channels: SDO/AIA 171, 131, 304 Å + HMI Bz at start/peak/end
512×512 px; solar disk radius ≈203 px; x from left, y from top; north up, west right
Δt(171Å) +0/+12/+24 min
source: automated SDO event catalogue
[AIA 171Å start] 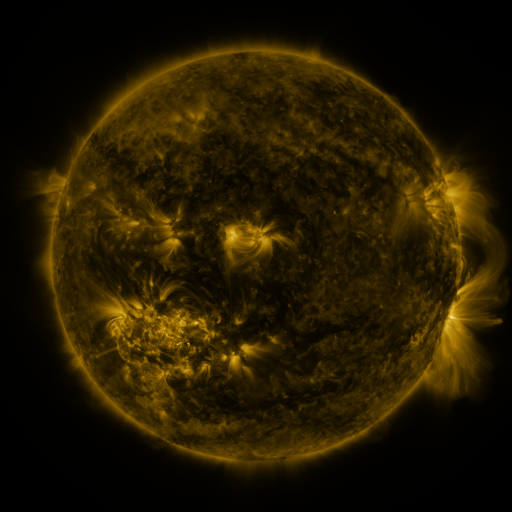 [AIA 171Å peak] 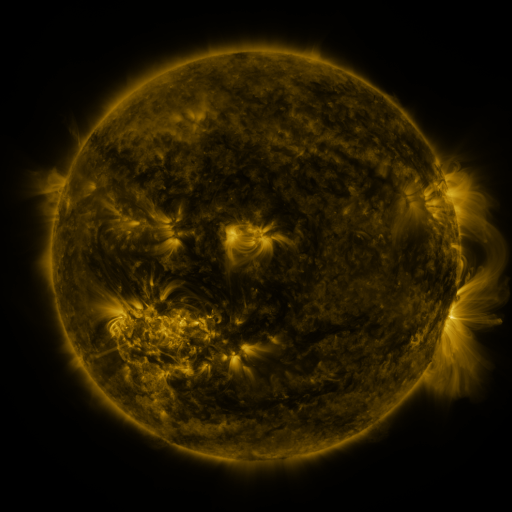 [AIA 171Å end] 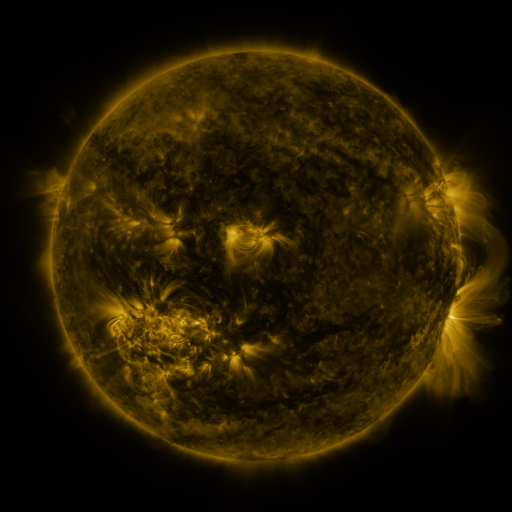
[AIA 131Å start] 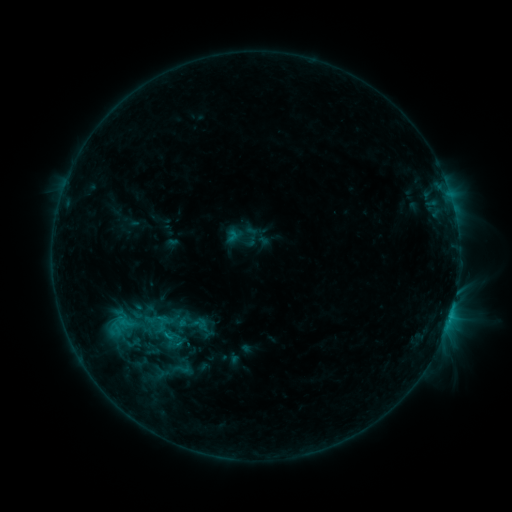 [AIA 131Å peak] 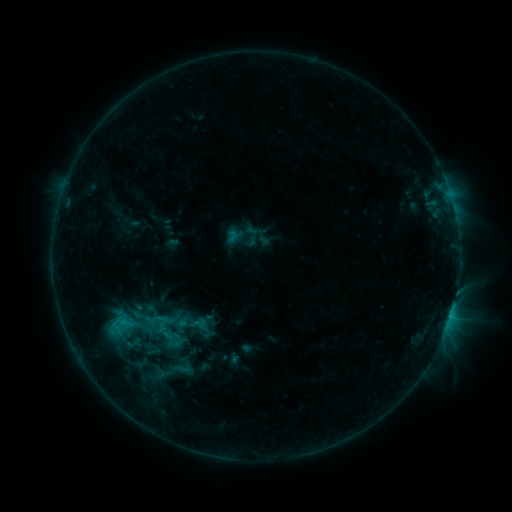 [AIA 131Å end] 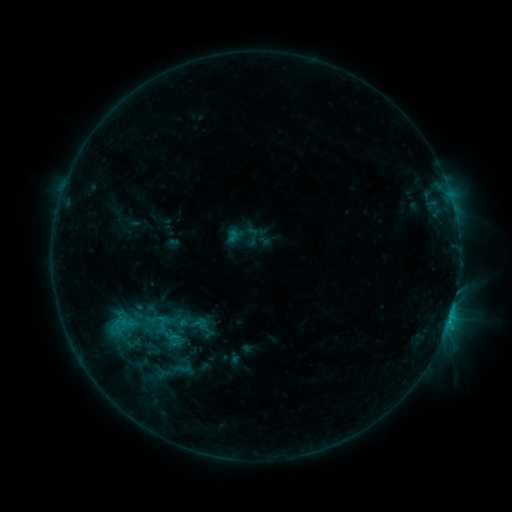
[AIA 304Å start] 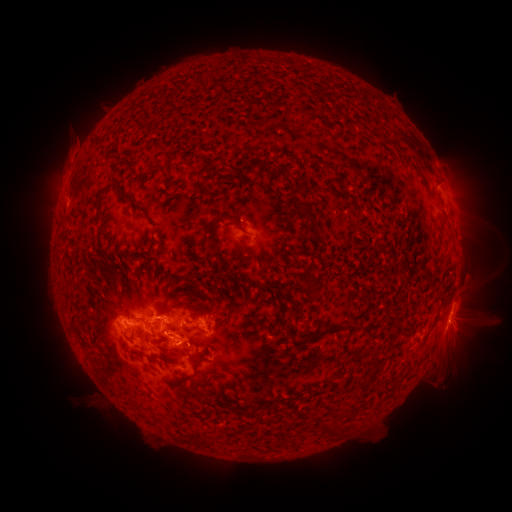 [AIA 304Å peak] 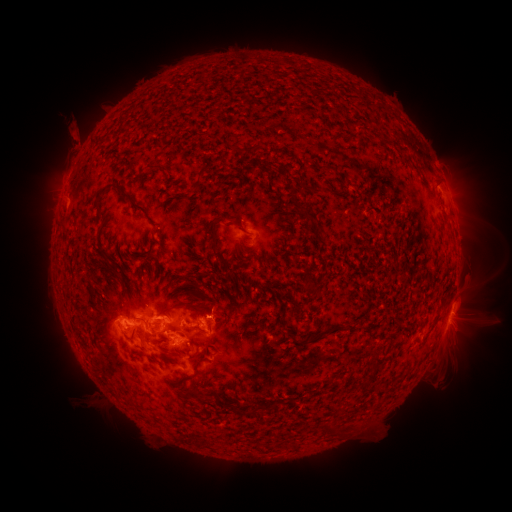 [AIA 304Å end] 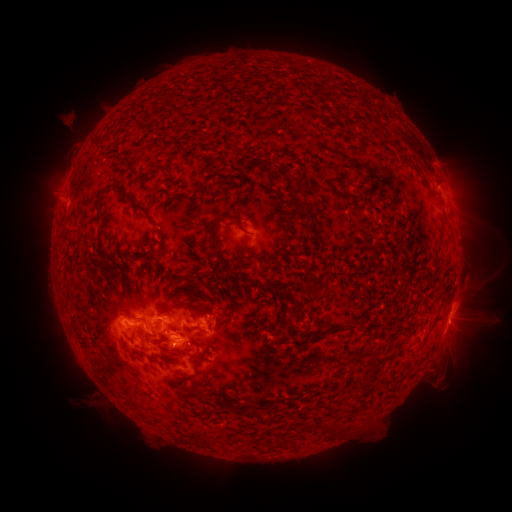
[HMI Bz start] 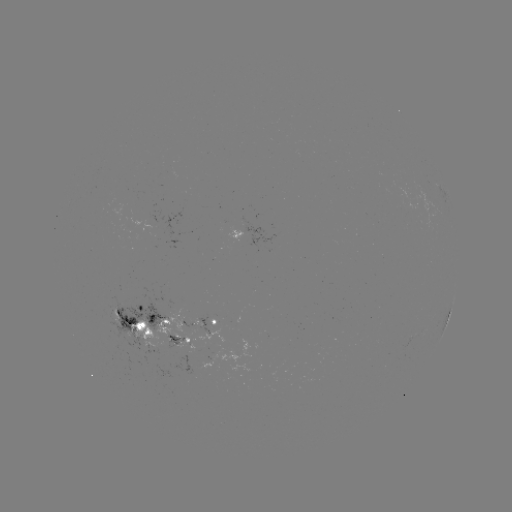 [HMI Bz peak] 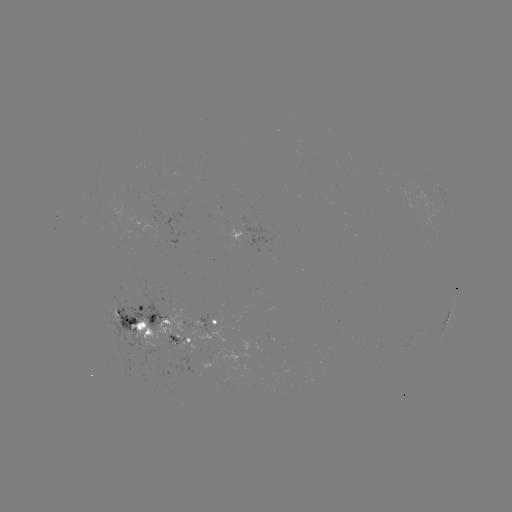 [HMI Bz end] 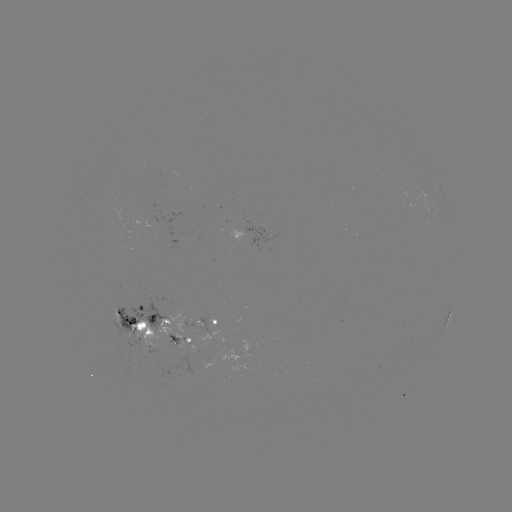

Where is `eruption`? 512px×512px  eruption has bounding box [49, 107, 98, 164].